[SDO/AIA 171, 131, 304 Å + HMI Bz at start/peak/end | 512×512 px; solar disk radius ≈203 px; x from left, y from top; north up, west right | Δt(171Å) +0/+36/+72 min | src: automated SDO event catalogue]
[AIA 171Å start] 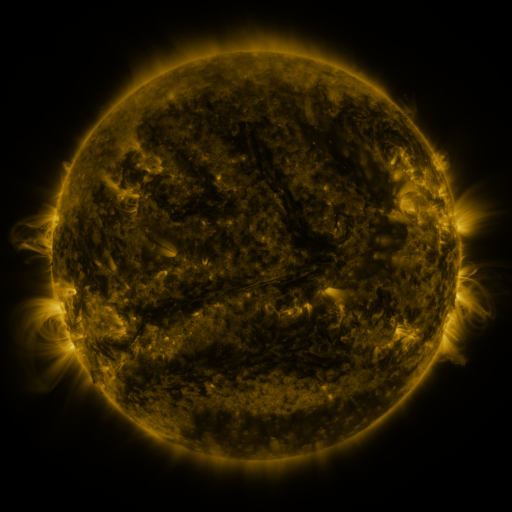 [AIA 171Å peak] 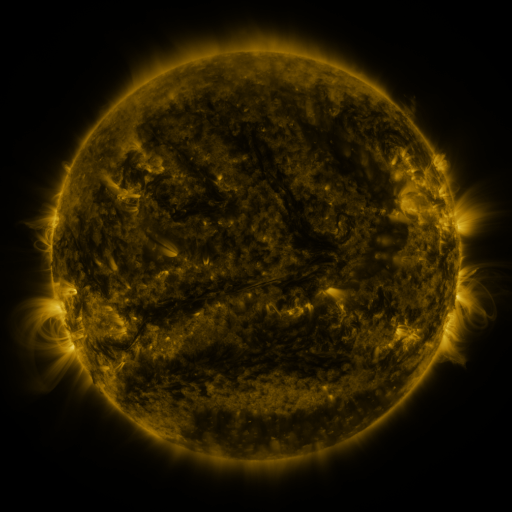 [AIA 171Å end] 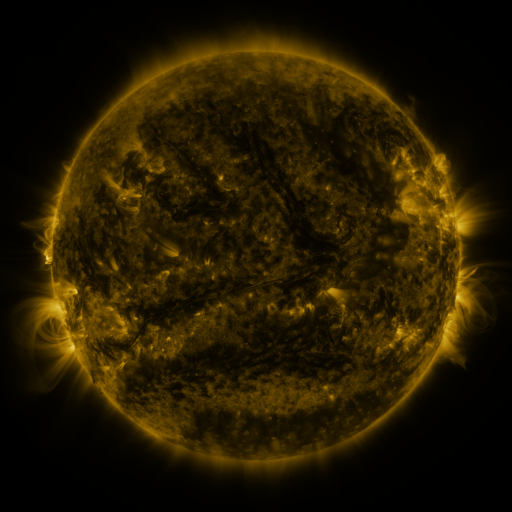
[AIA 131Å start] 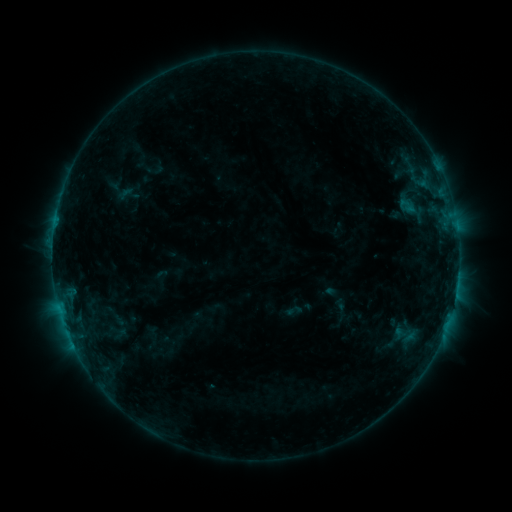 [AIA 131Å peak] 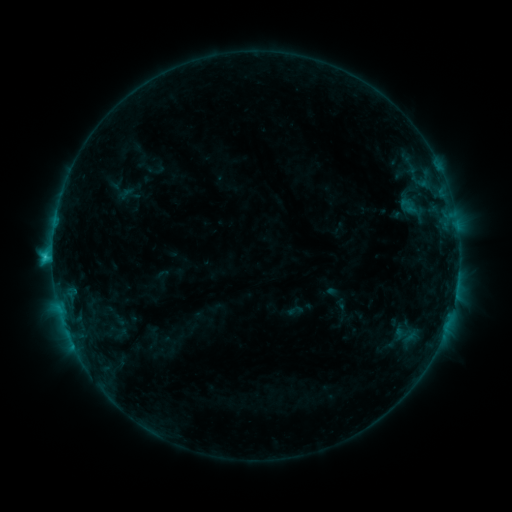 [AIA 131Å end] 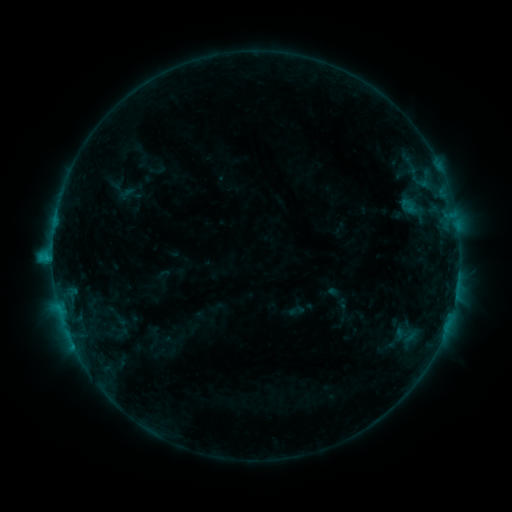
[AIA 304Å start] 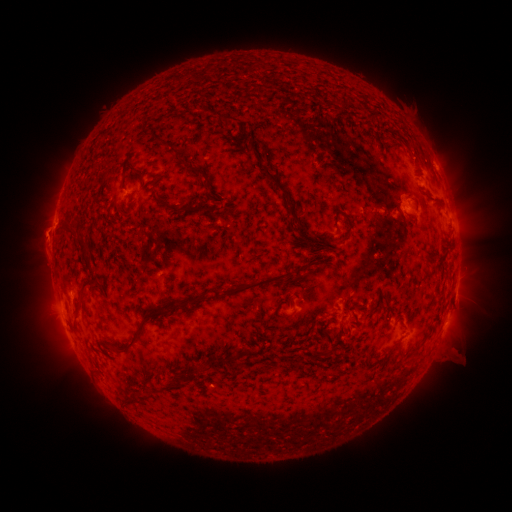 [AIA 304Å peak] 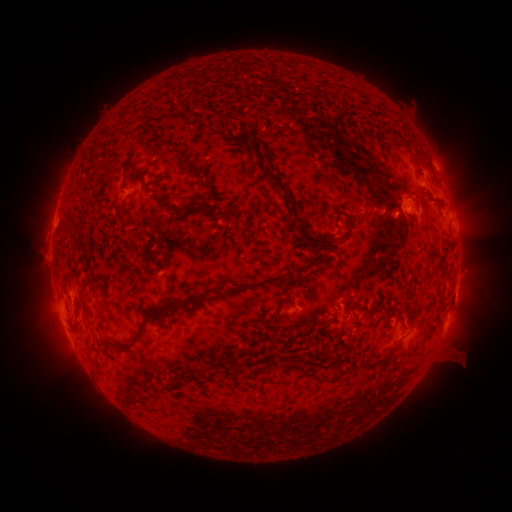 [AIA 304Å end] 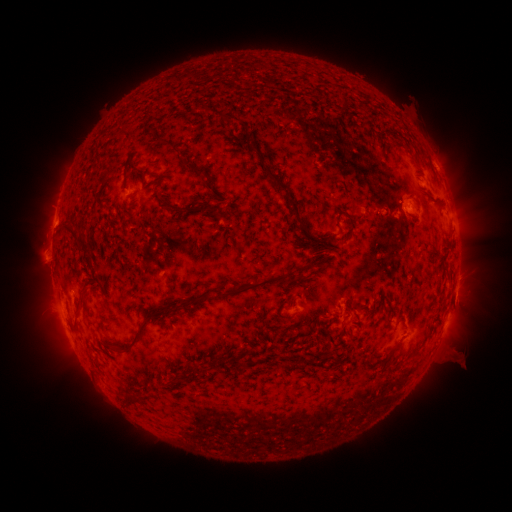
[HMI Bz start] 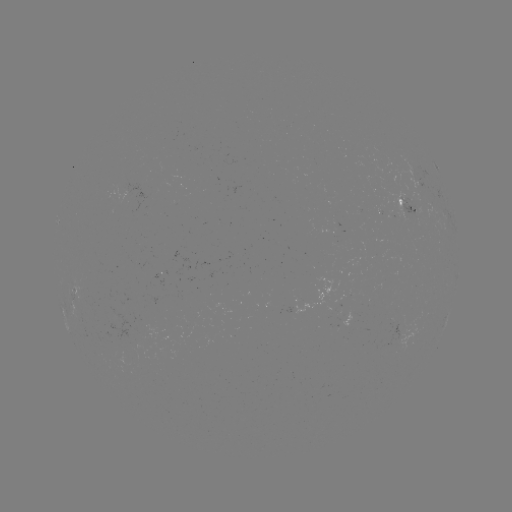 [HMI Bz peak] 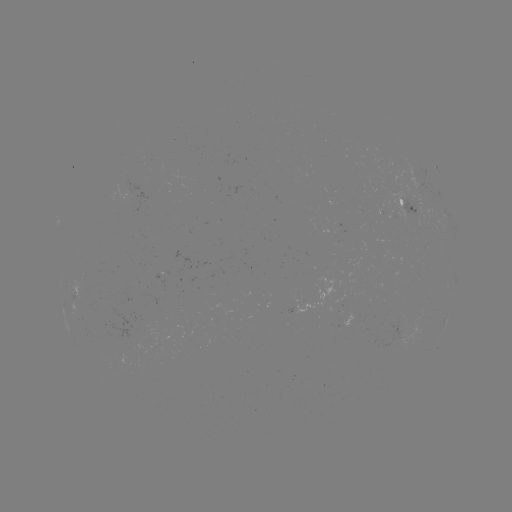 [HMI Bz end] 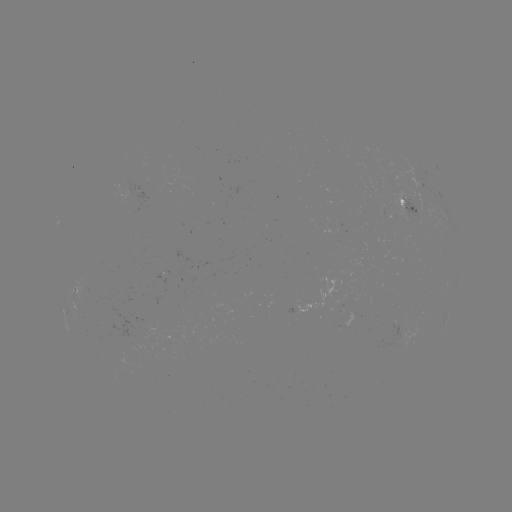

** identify C1.7 flare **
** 396,214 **